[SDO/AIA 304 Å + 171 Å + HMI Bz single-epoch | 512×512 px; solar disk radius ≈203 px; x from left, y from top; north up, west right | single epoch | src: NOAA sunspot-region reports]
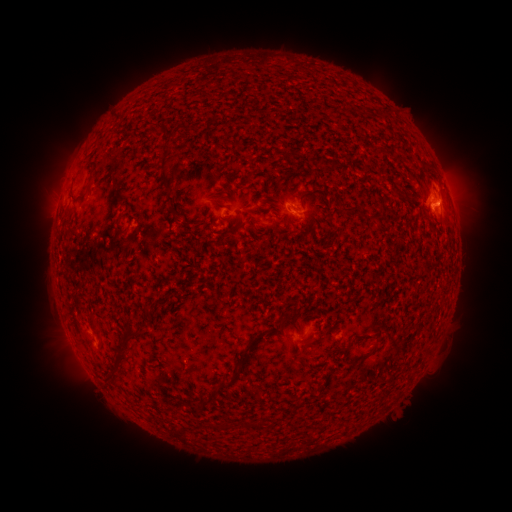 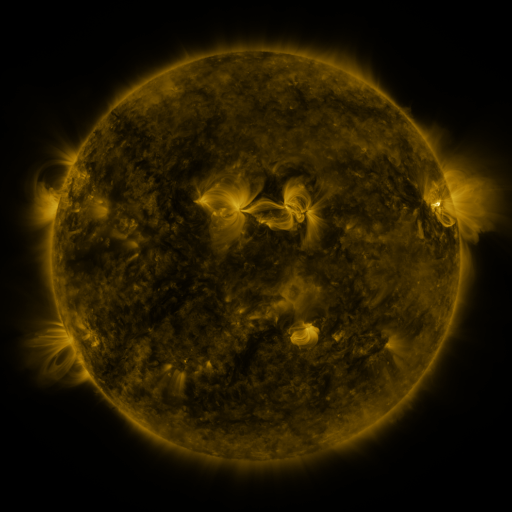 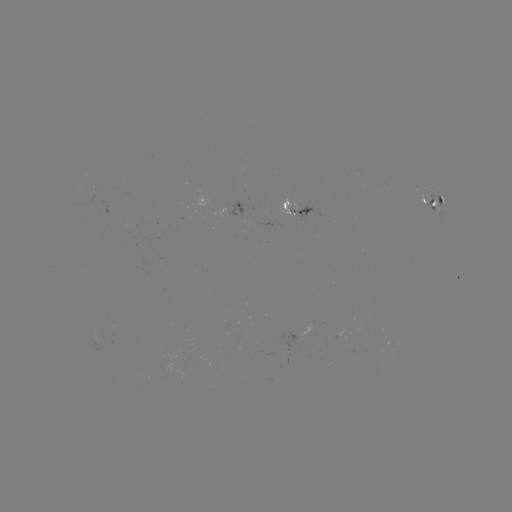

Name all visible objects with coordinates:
spotted active region: (435, 201)
spotted active region: (242, 207)
spotted active region: (296, 214)
spotted active region: (303, 336)
